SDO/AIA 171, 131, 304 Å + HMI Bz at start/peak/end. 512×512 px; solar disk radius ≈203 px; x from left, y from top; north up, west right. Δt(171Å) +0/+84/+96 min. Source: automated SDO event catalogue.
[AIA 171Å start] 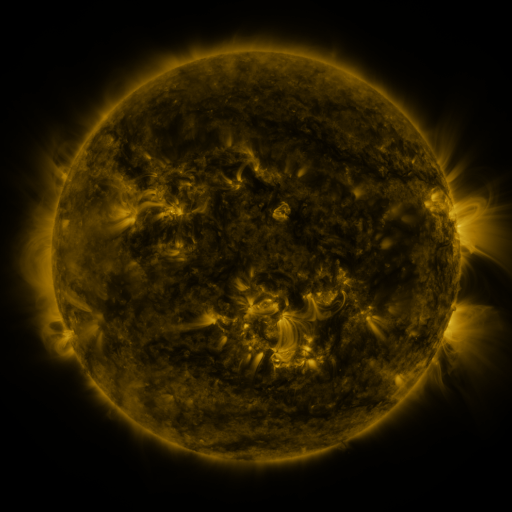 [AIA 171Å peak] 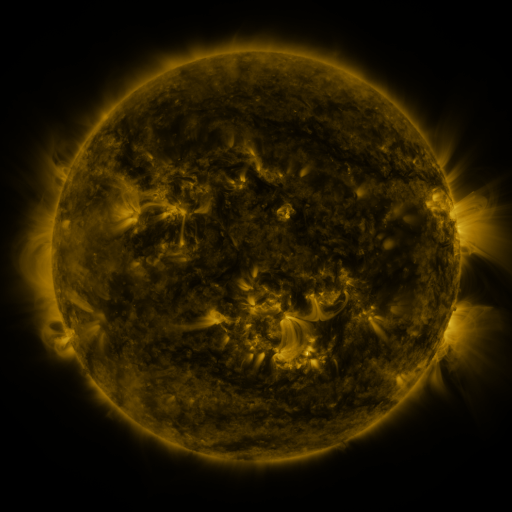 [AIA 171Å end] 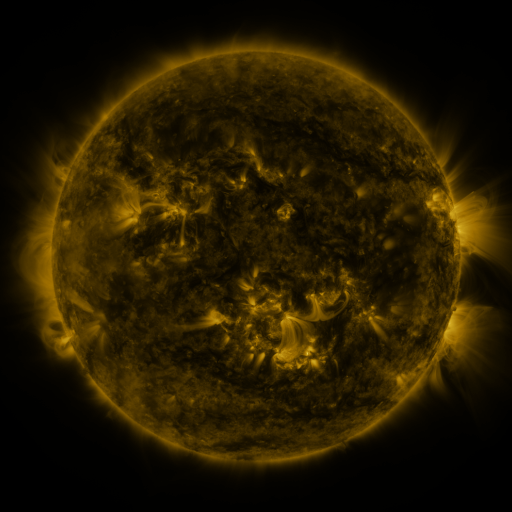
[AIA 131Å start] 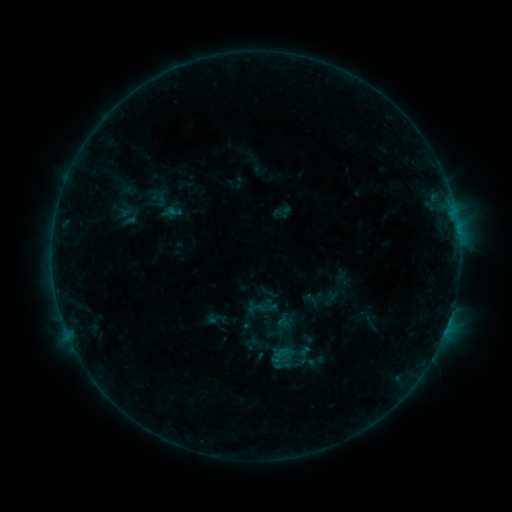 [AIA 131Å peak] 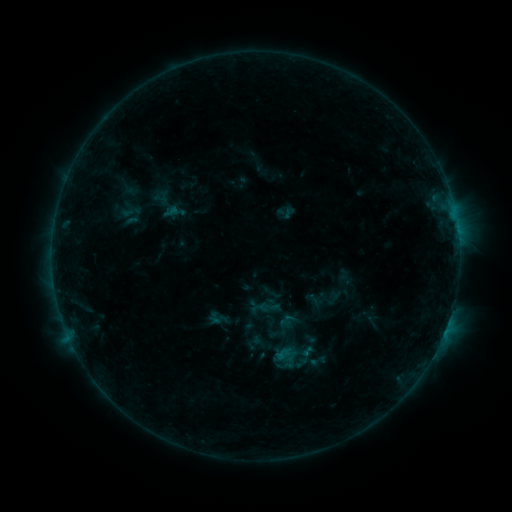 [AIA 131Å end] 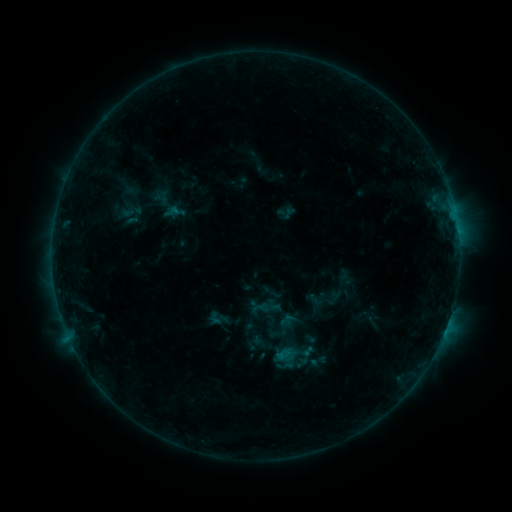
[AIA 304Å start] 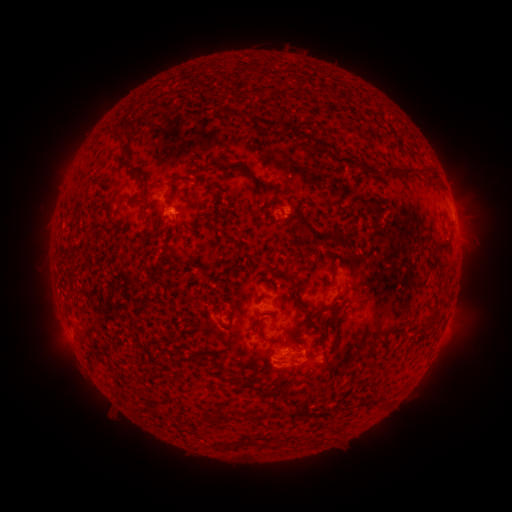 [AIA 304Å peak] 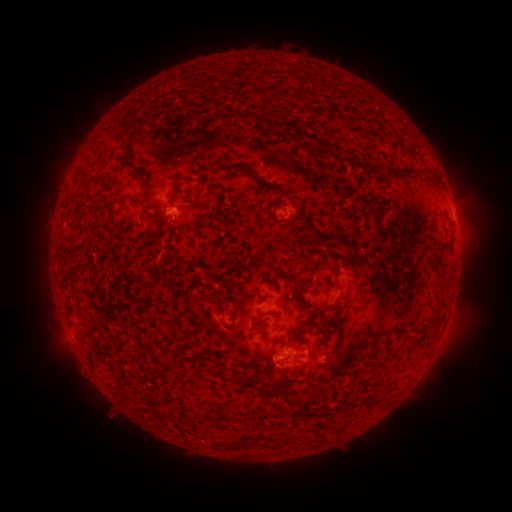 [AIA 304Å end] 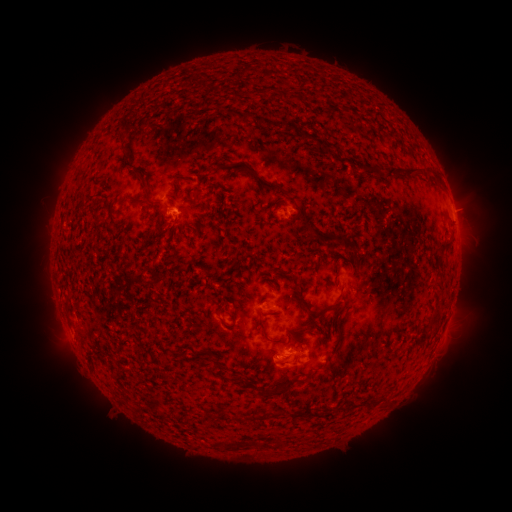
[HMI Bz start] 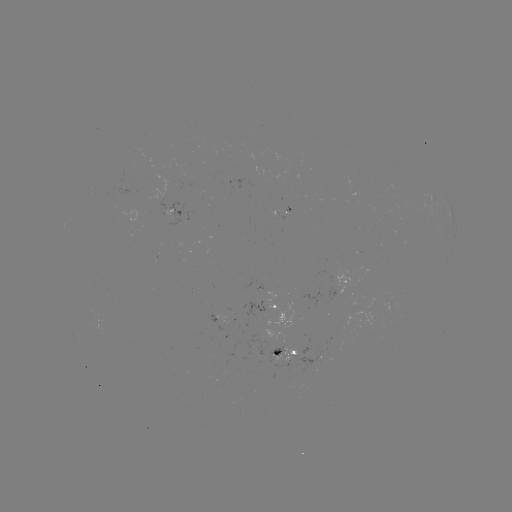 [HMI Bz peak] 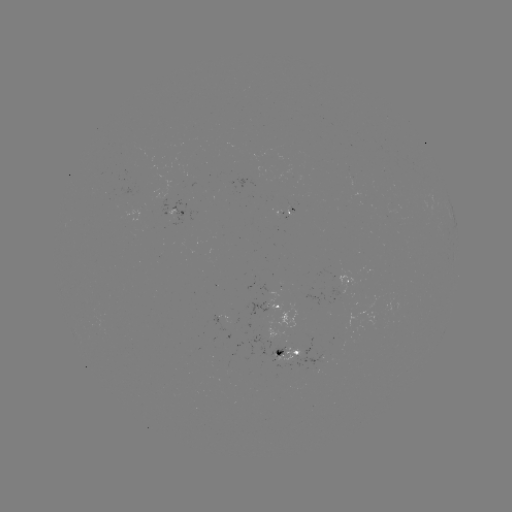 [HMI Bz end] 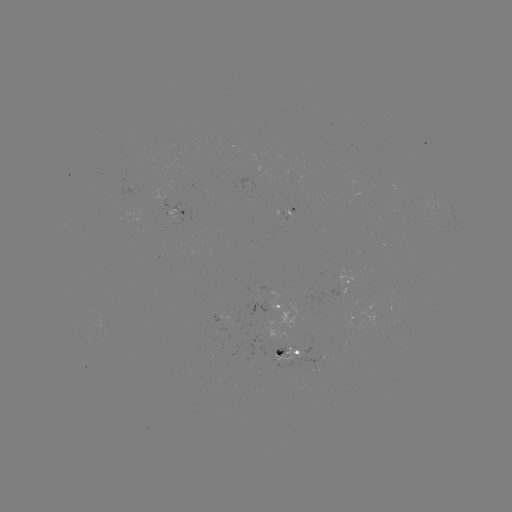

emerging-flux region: [272, 348, 300, 362]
